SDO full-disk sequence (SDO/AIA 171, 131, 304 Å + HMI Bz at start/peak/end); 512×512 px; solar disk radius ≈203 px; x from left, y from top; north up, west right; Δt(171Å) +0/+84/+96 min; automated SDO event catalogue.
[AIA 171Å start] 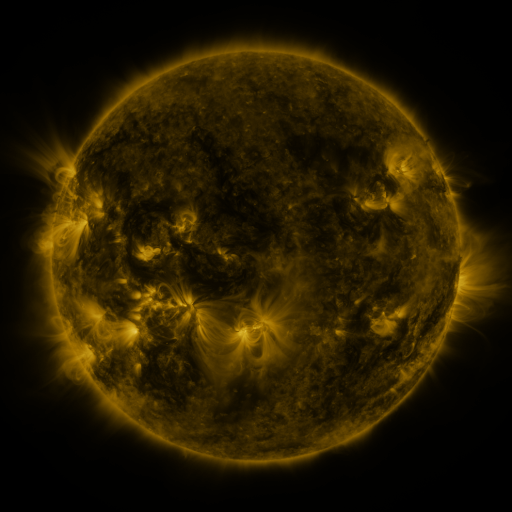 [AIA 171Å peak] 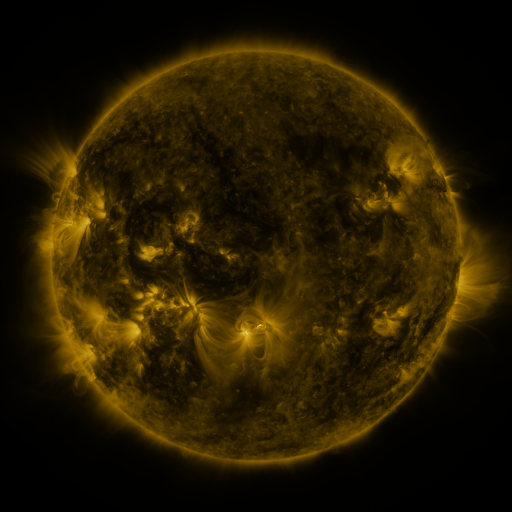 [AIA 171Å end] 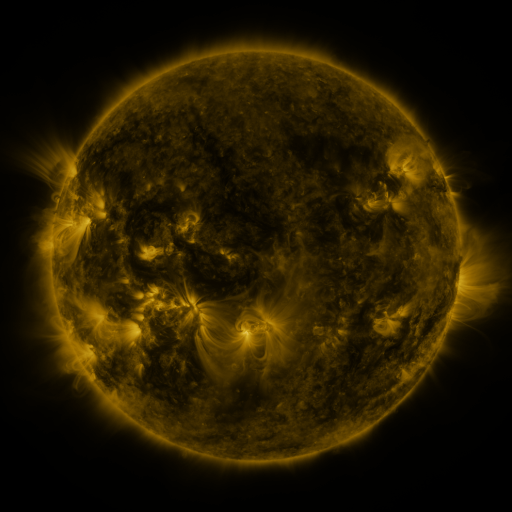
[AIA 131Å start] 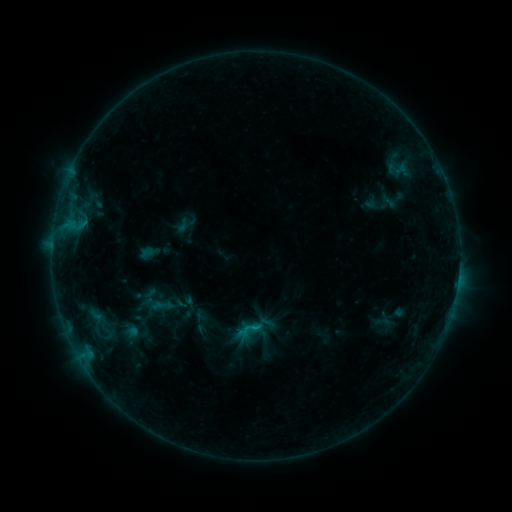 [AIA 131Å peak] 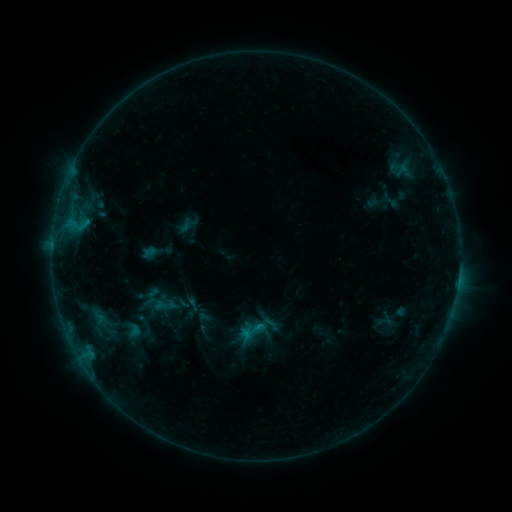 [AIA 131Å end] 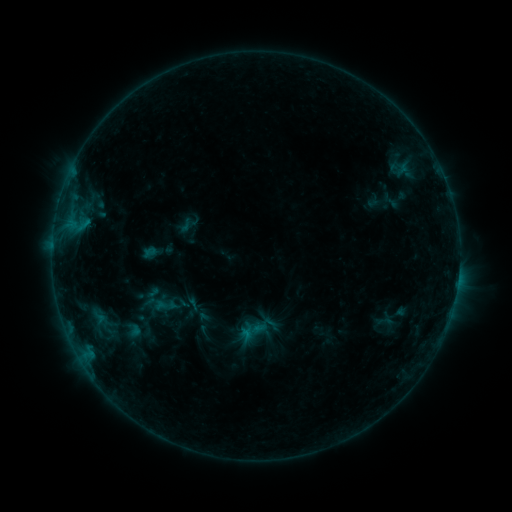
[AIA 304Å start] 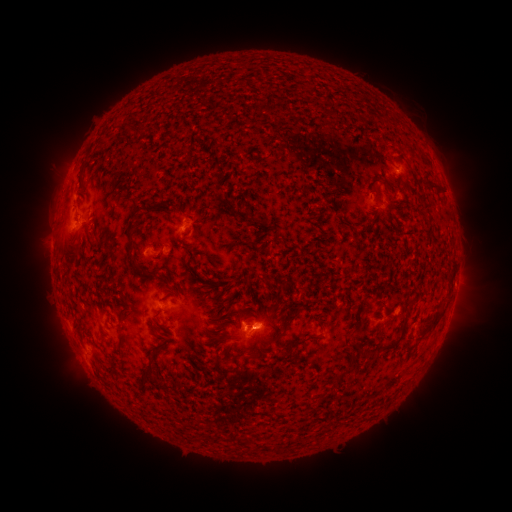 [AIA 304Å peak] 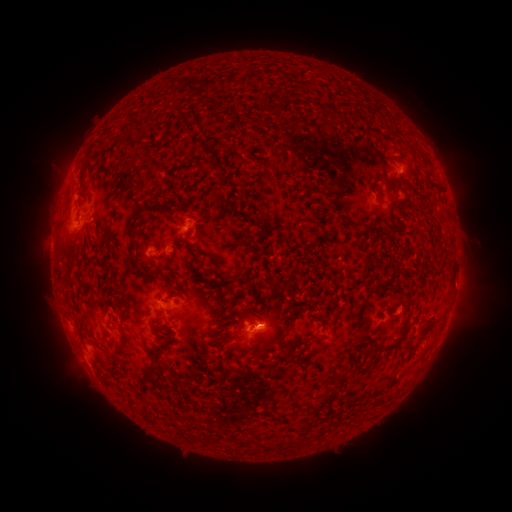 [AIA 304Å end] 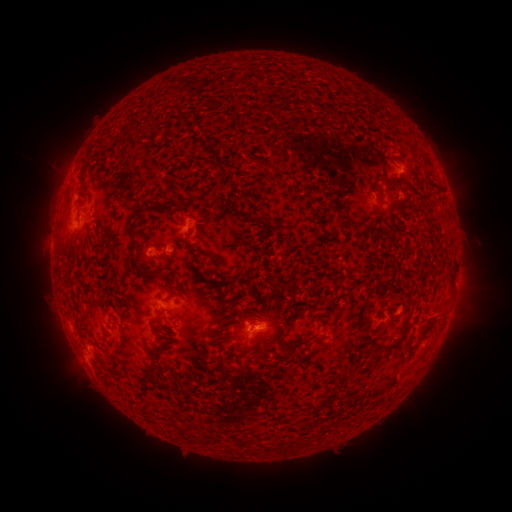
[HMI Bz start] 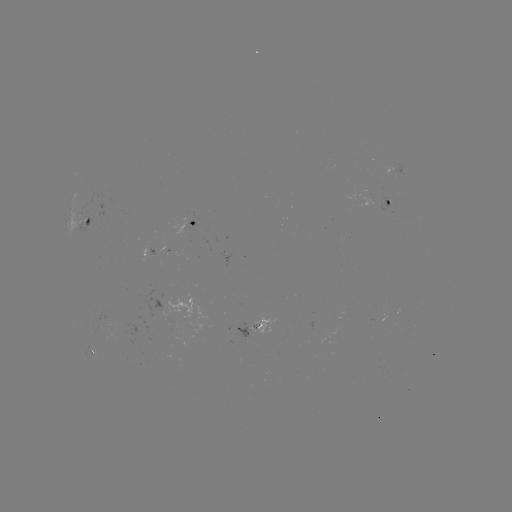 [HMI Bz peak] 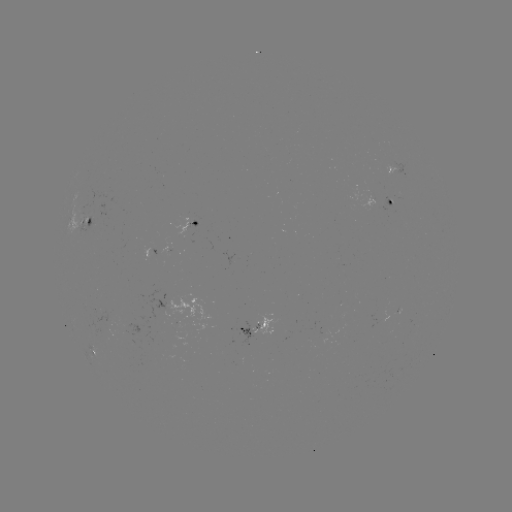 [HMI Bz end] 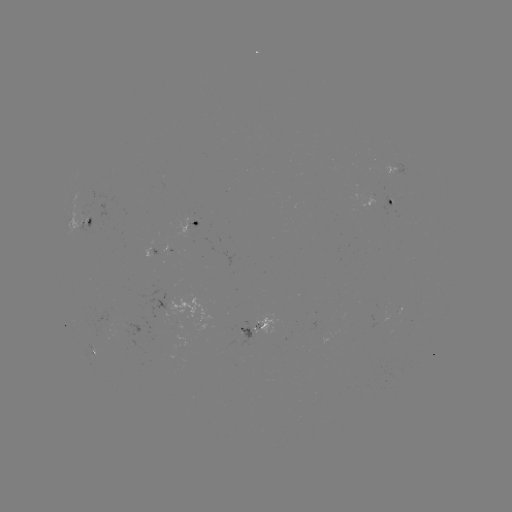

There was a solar emerging-flux region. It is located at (110, 320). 